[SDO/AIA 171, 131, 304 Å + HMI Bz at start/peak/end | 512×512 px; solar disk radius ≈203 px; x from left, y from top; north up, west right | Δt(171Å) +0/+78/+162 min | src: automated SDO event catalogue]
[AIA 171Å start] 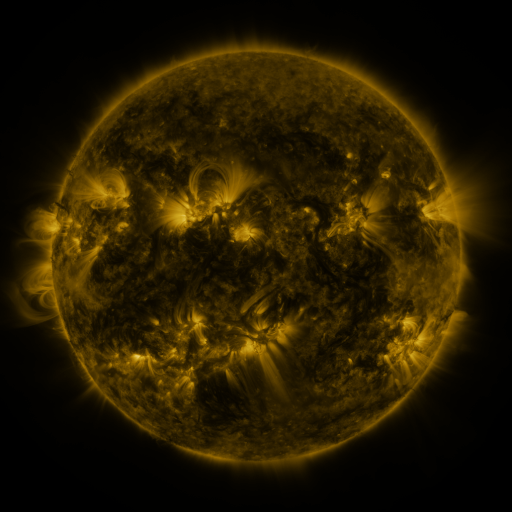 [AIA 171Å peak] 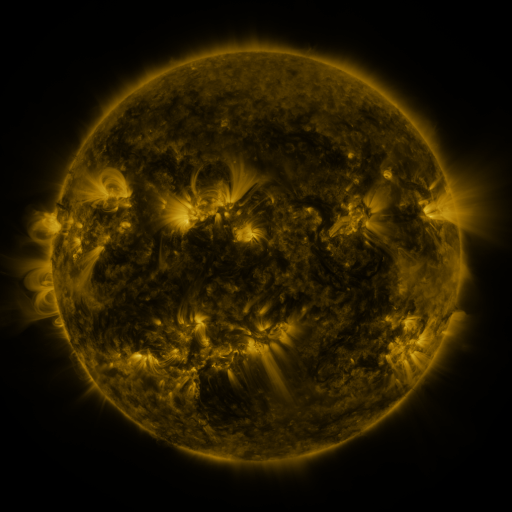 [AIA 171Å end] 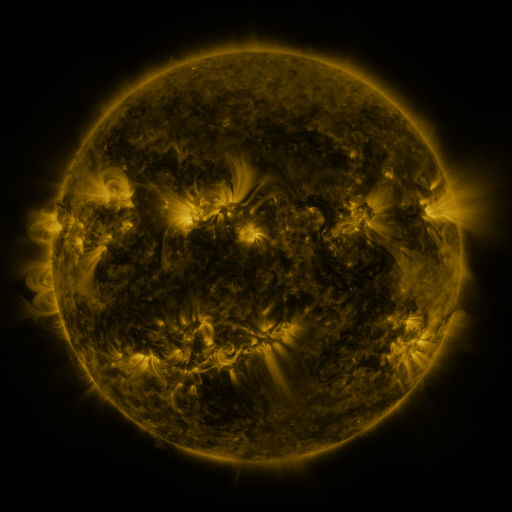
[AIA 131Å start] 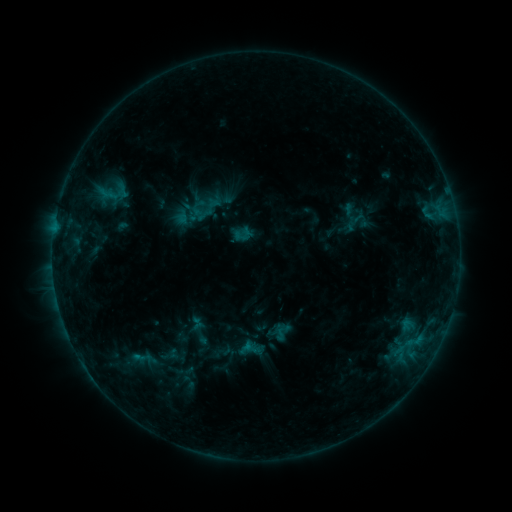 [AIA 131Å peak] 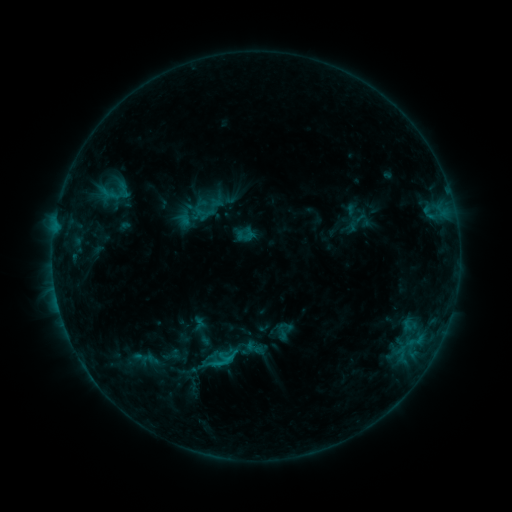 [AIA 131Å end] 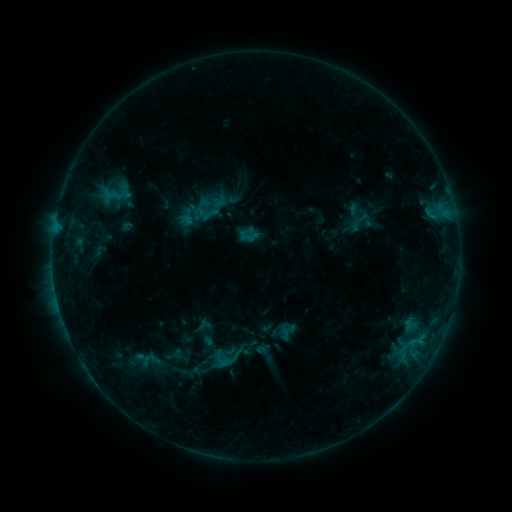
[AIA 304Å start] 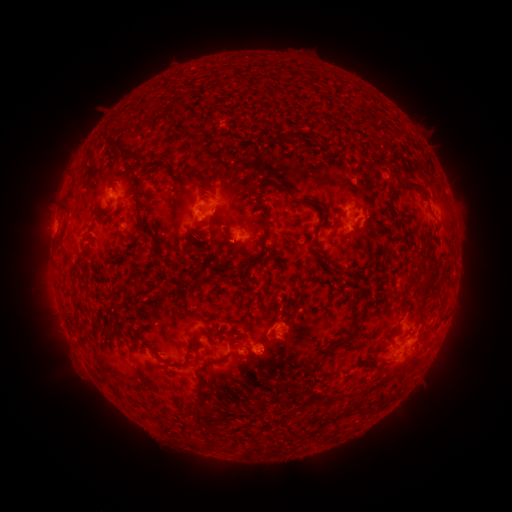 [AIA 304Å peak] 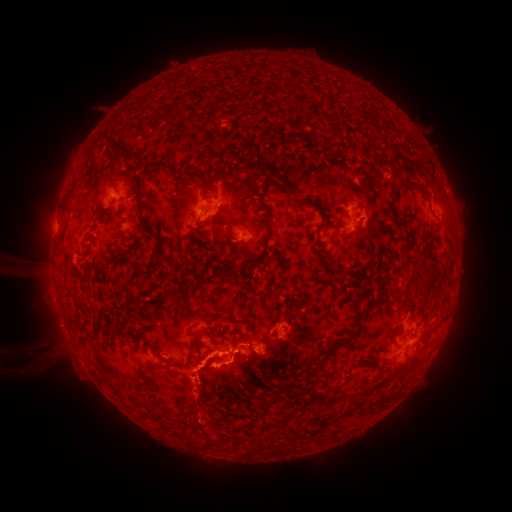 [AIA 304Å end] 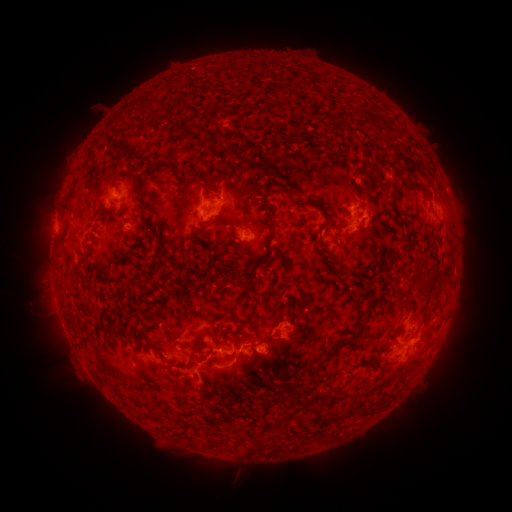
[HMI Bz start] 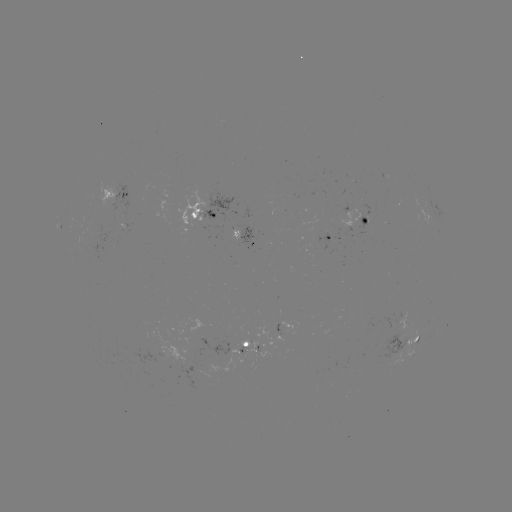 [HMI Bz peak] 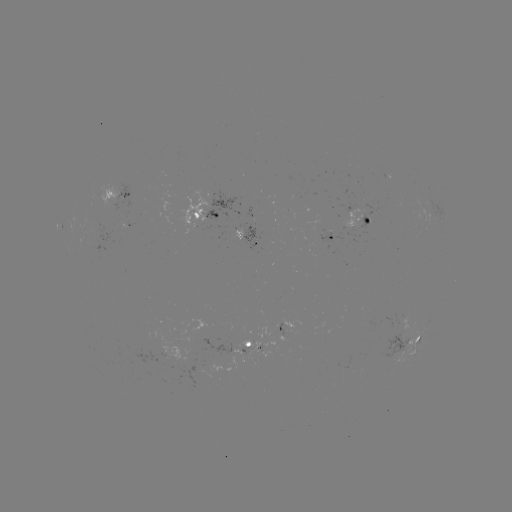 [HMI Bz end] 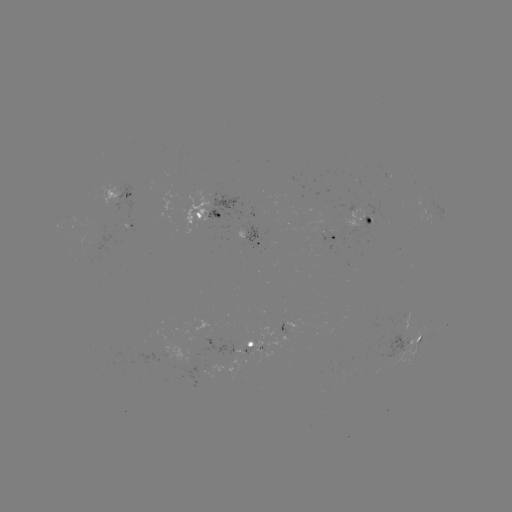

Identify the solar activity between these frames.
filament eruption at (149, 362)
